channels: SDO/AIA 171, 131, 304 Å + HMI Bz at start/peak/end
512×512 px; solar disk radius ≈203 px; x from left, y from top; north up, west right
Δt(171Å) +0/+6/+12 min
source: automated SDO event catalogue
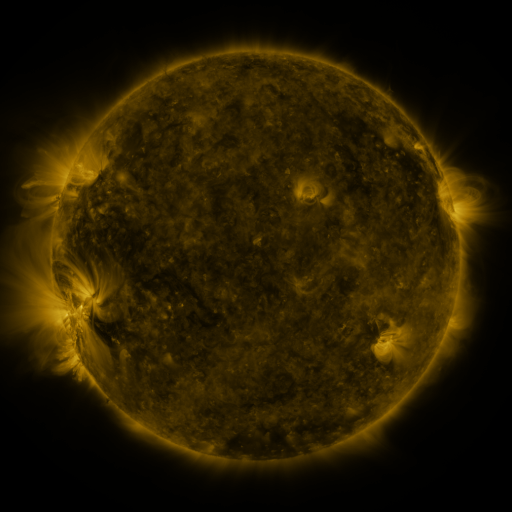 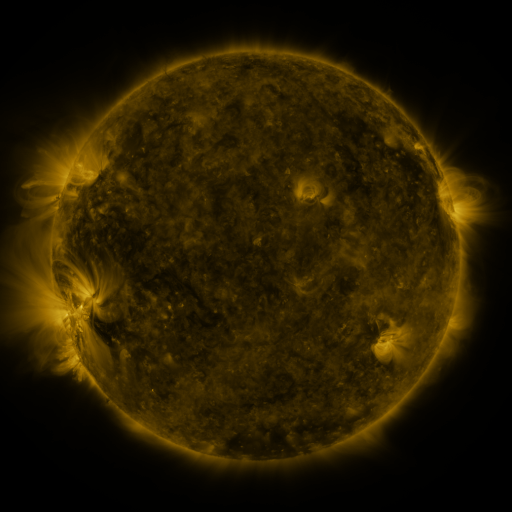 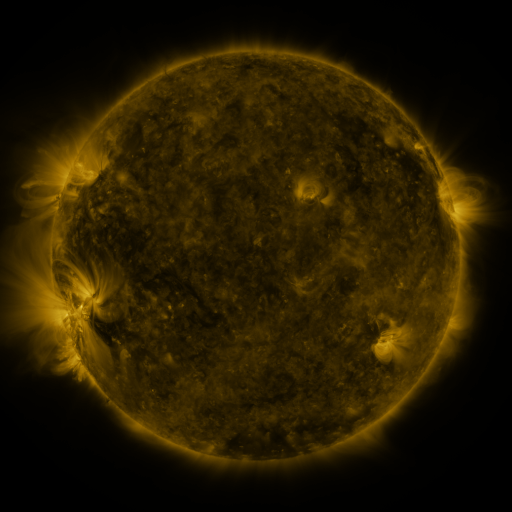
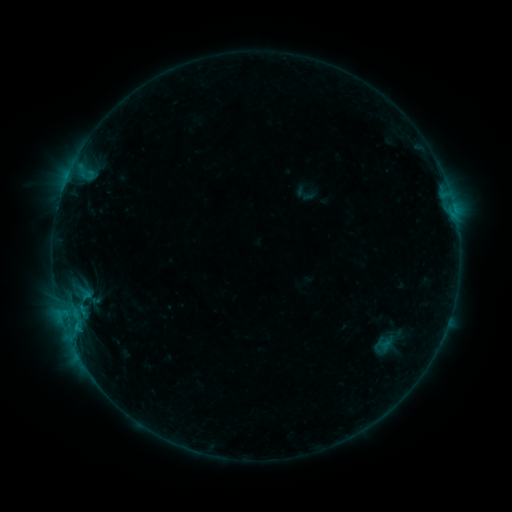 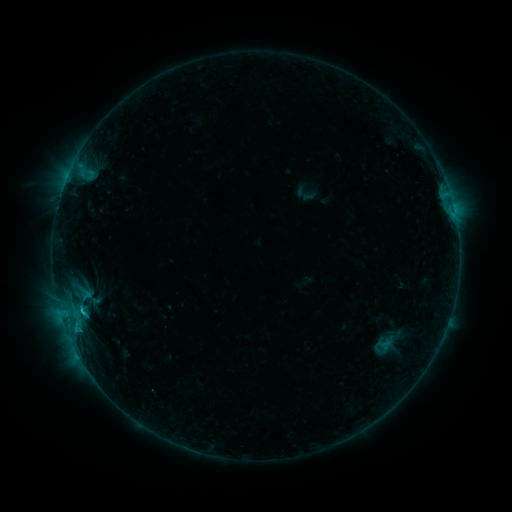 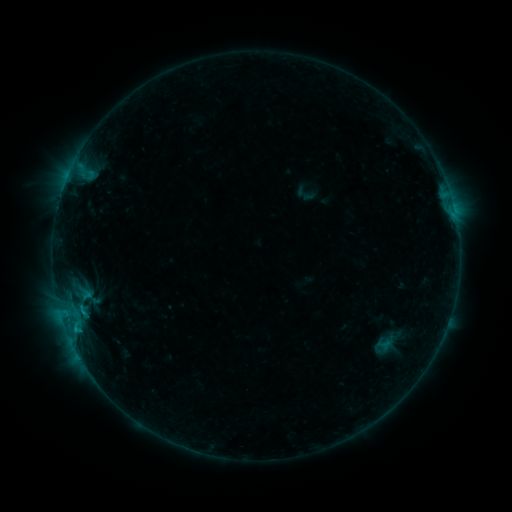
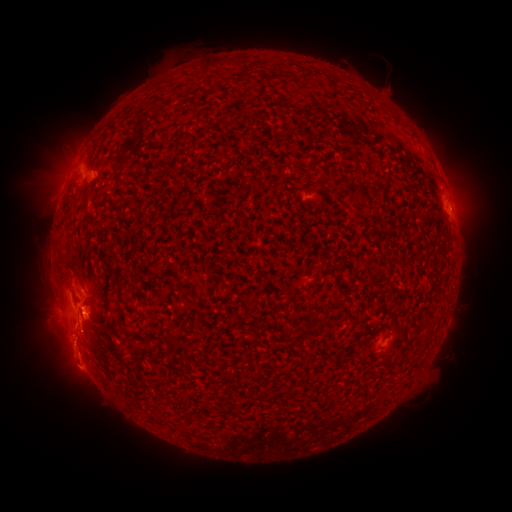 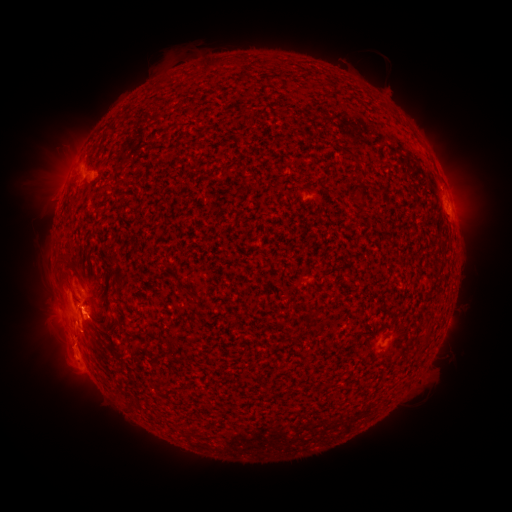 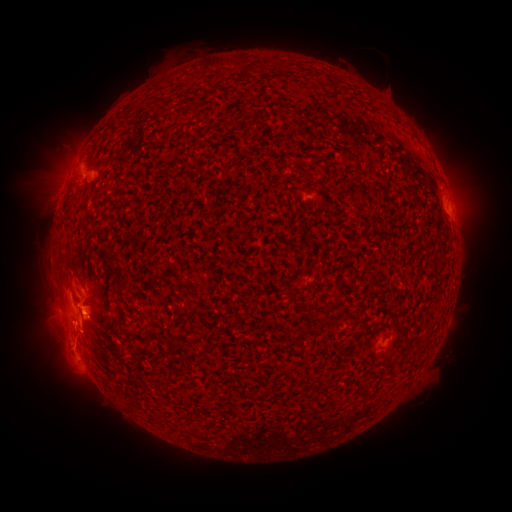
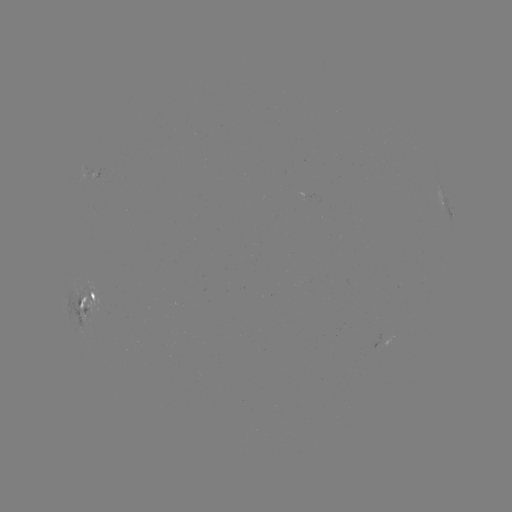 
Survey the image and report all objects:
C1.1 flare: (81, 308)
